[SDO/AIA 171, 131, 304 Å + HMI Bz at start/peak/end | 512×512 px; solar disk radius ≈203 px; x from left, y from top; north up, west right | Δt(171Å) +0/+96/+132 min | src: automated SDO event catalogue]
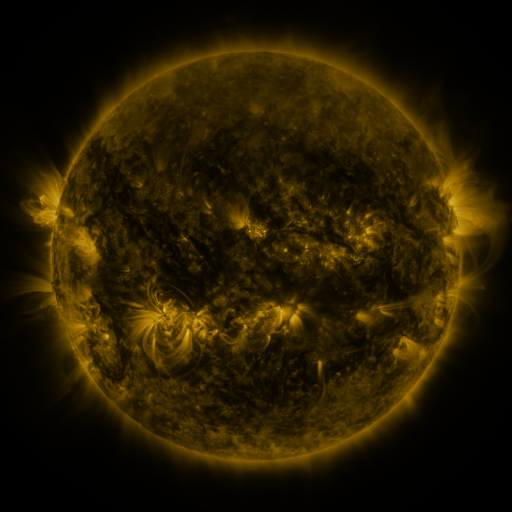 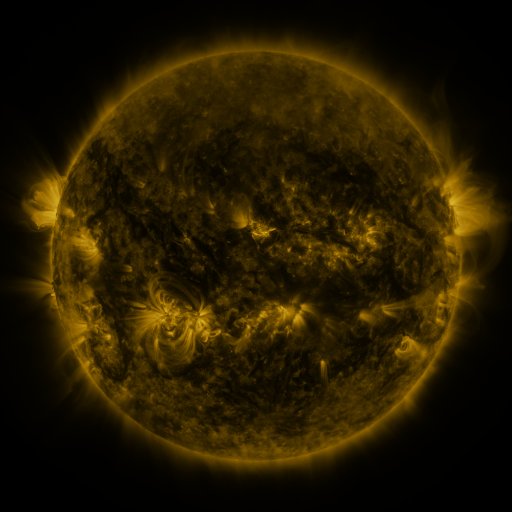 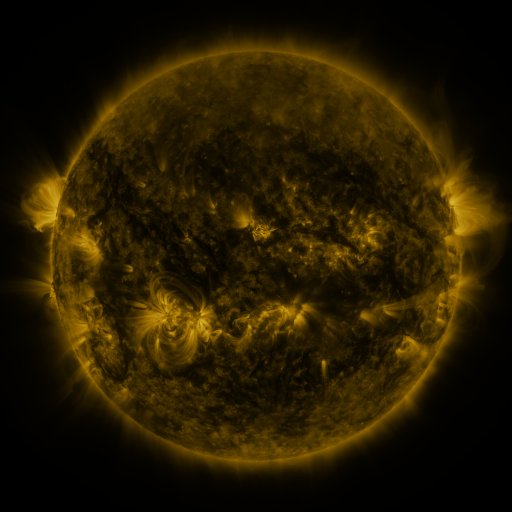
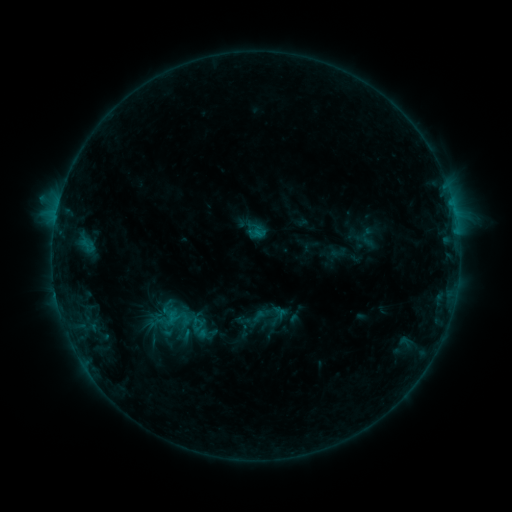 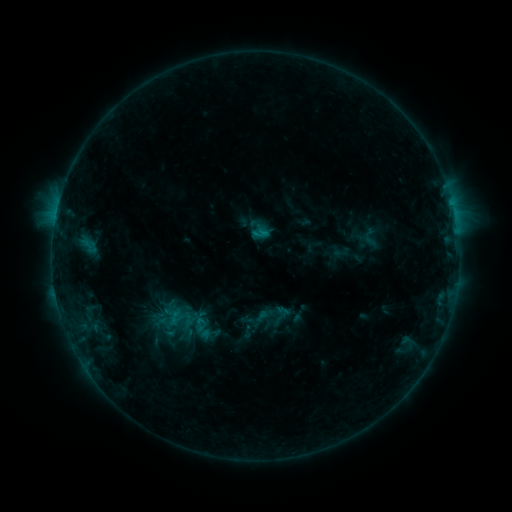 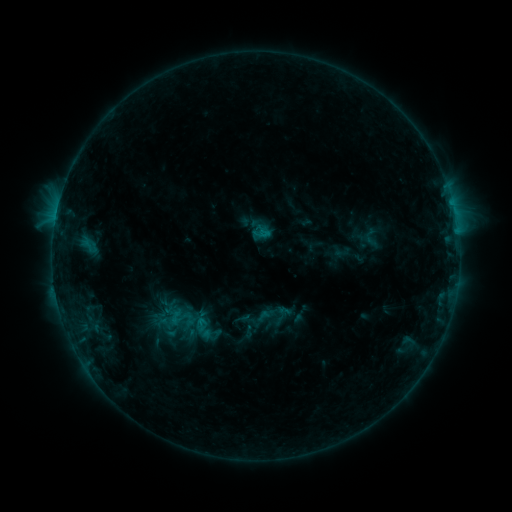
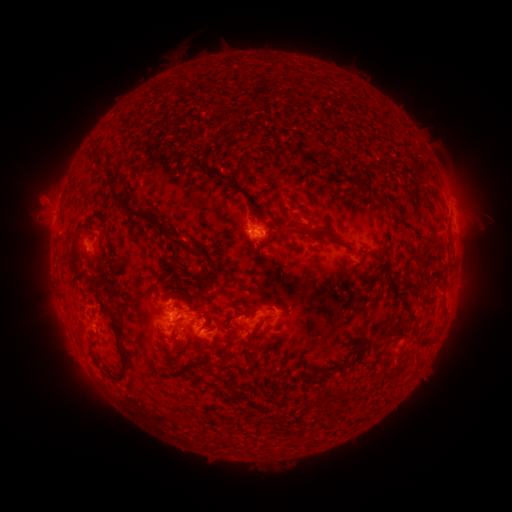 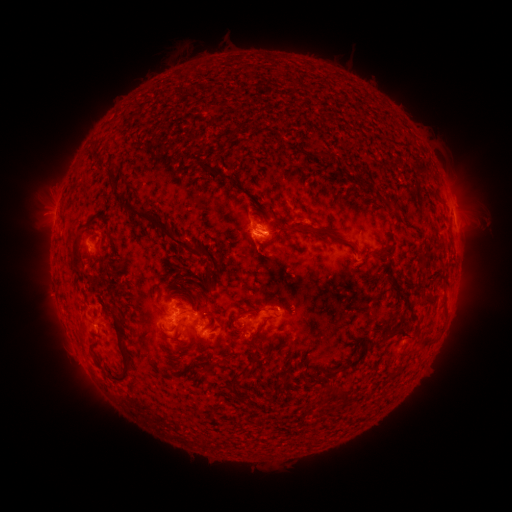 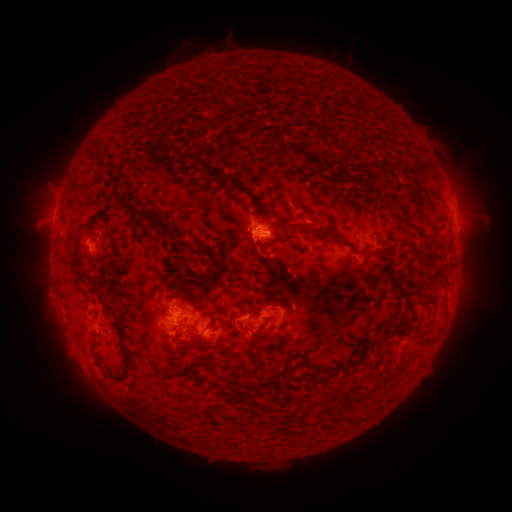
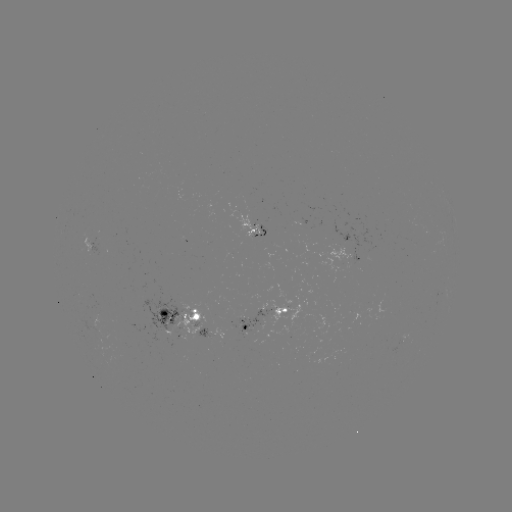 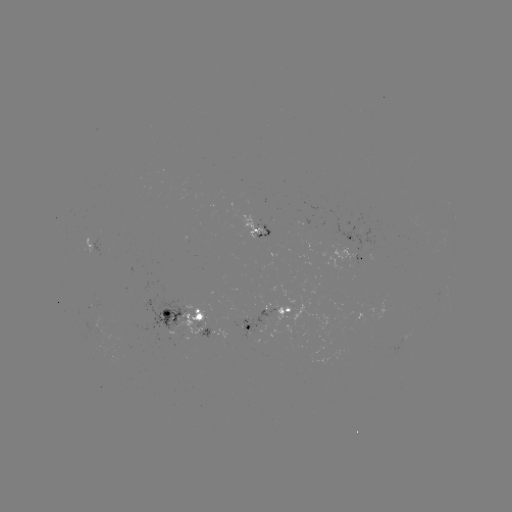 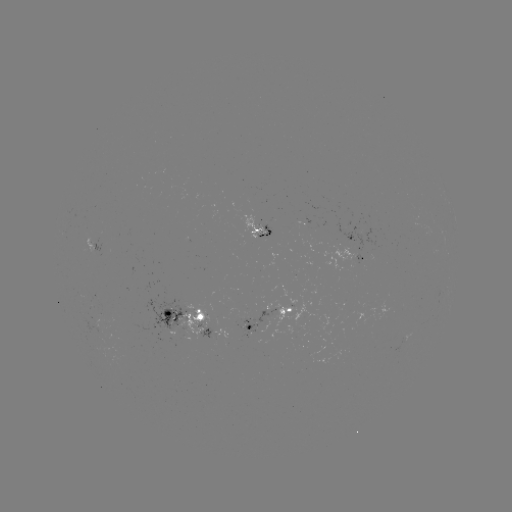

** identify emerging-flux region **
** (99, 331) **